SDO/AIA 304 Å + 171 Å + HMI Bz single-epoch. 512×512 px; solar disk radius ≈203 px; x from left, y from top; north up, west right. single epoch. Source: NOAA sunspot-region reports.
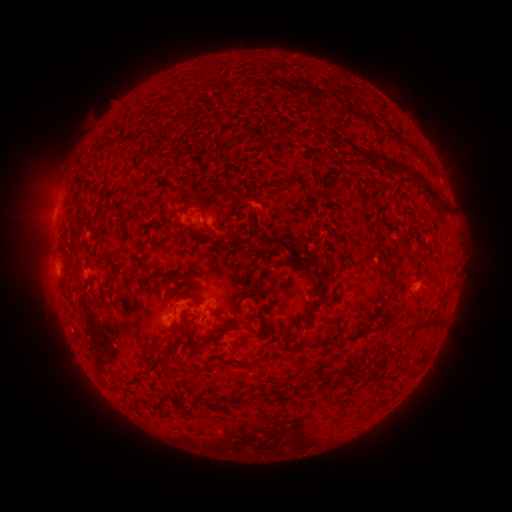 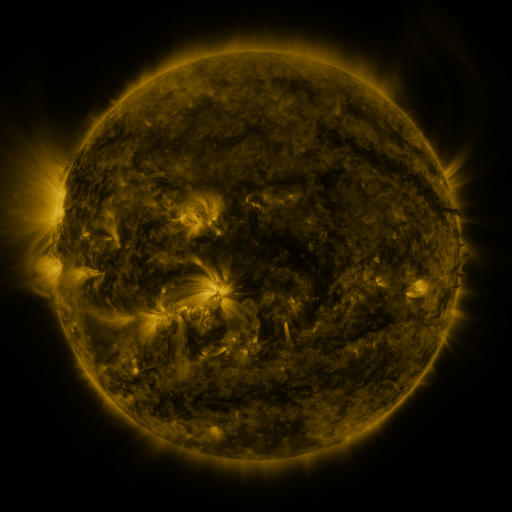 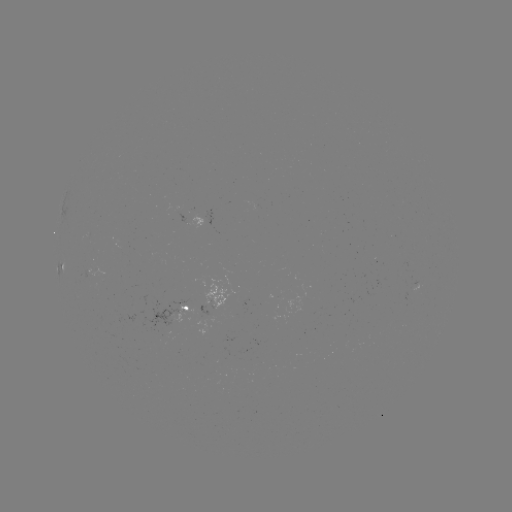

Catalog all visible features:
spotted active region: (183, 221)
spotted active region: (63, 265)
spotted active region: (418, 286)
spotted active region: (188, 309)
